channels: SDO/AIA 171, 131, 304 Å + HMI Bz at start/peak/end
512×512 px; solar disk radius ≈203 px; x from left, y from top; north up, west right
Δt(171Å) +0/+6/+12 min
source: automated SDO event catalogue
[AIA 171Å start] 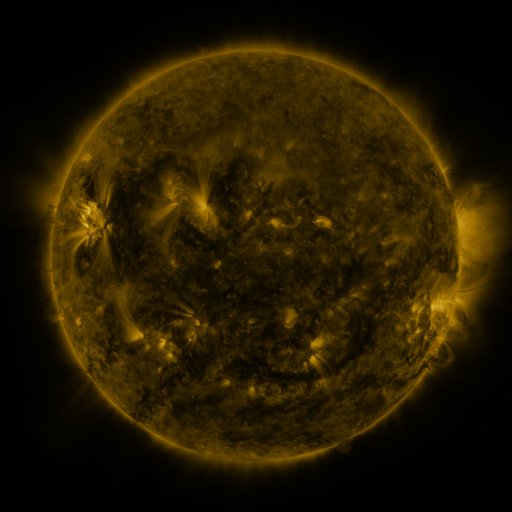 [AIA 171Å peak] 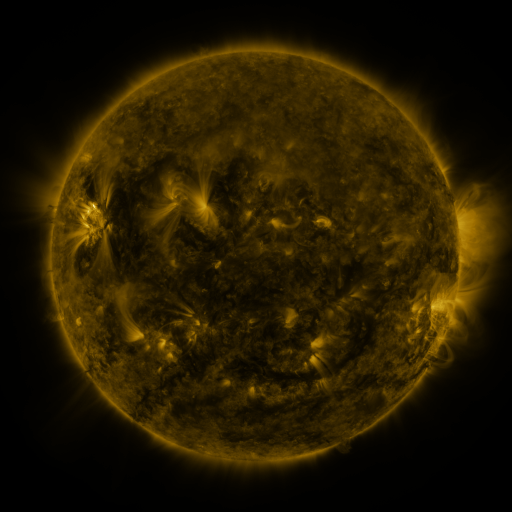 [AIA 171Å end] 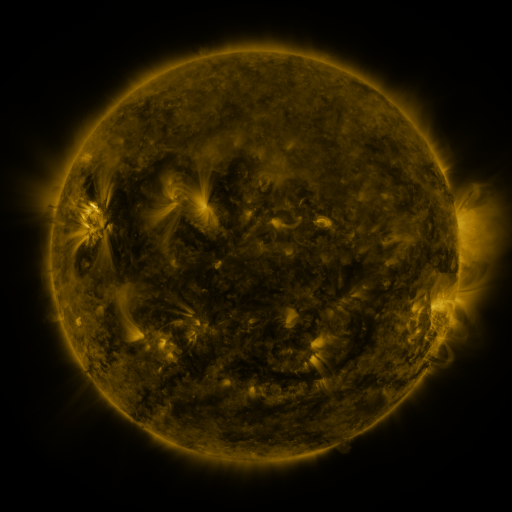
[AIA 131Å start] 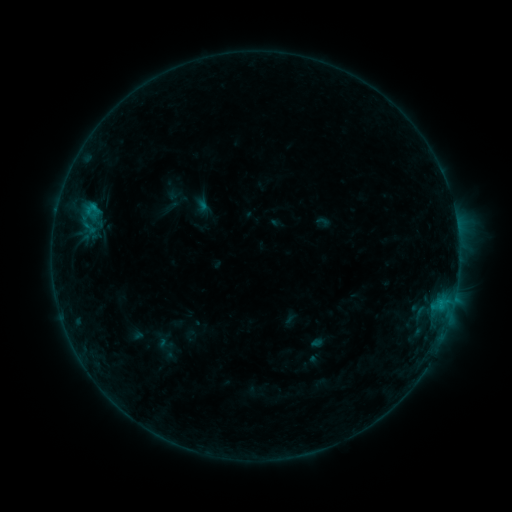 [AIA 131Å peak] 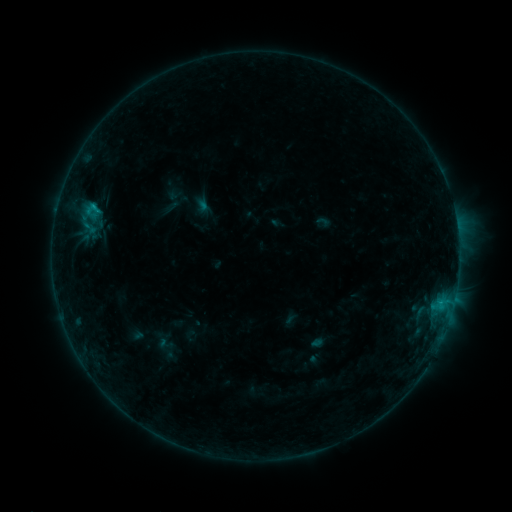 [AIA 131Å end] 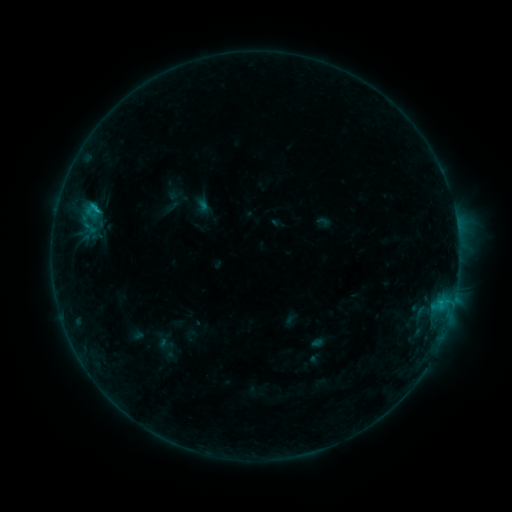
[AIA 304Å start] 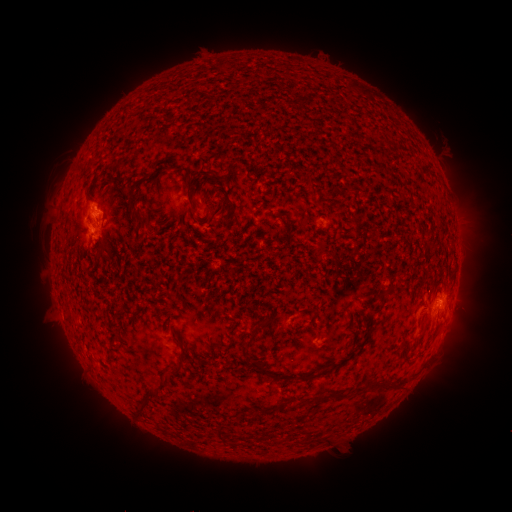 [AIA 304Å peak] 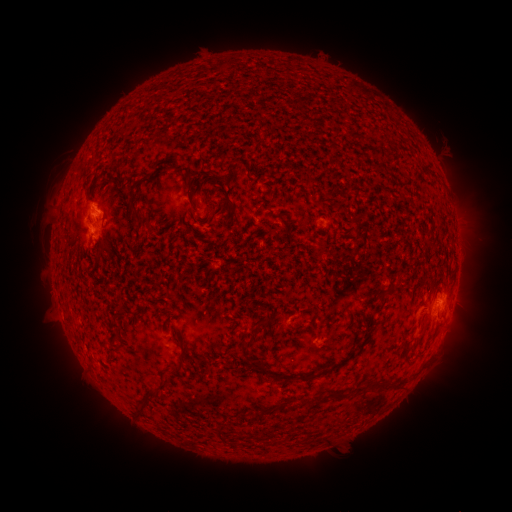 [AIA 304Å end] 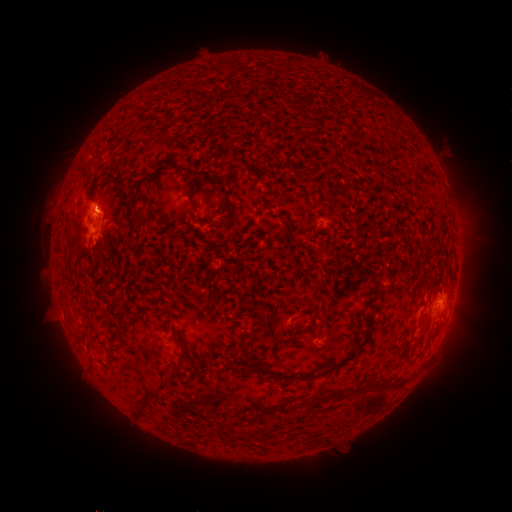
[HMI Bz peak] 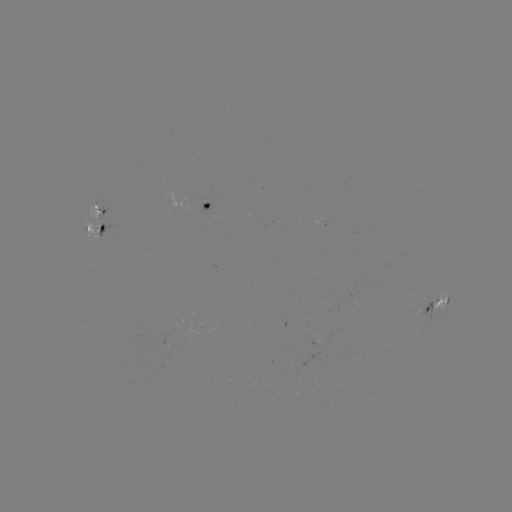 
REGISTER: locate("B7.3 flare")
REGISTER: (94, 208)